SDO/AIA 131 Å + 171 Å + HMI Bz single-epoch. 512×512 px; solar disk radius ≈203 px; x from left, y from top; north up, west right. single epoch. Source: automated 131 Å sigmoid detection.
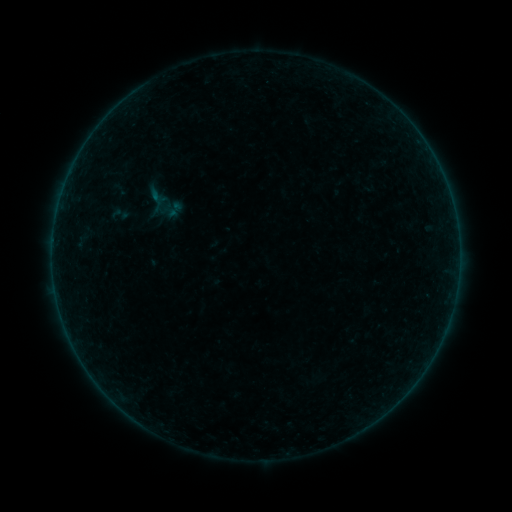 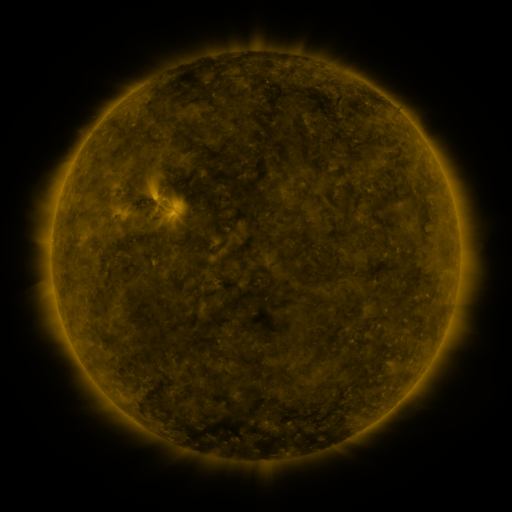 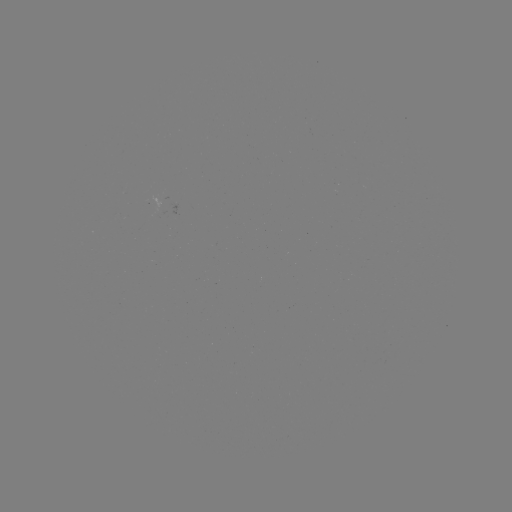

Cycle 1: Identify sigmoid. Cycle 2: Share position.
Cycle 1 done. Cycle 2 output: [175, 209].